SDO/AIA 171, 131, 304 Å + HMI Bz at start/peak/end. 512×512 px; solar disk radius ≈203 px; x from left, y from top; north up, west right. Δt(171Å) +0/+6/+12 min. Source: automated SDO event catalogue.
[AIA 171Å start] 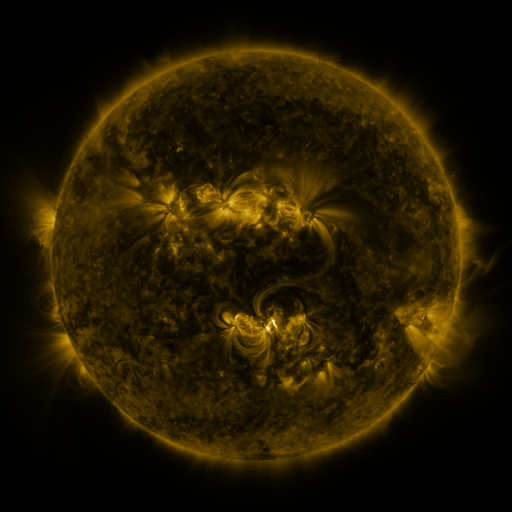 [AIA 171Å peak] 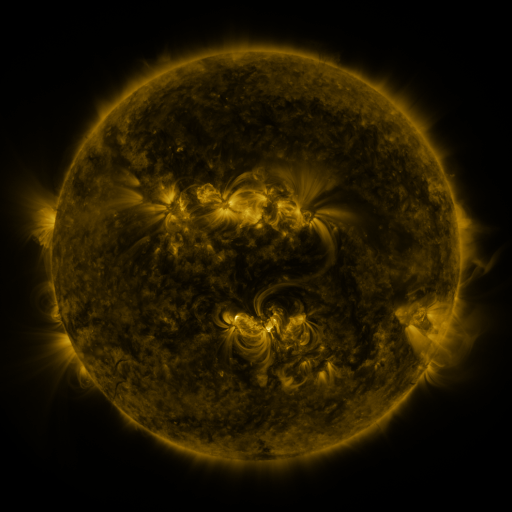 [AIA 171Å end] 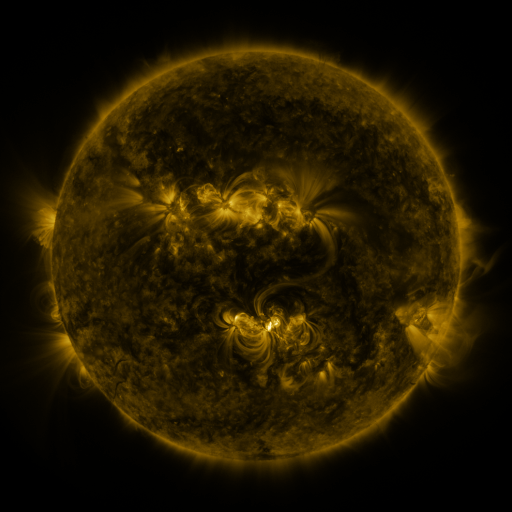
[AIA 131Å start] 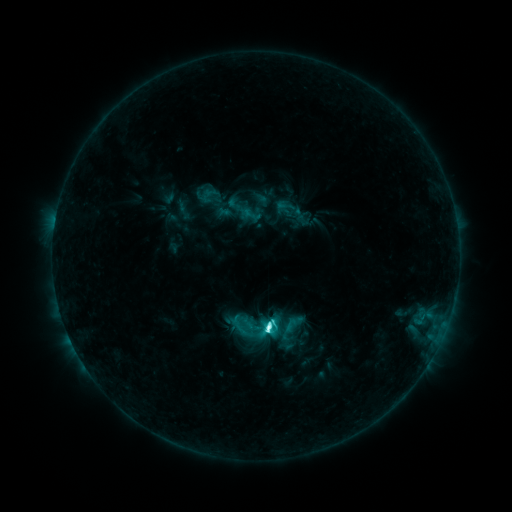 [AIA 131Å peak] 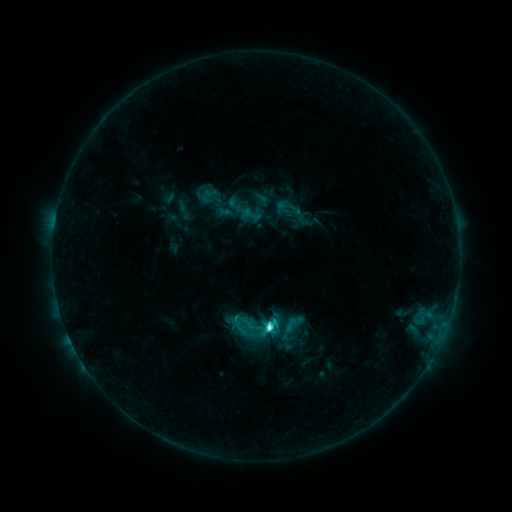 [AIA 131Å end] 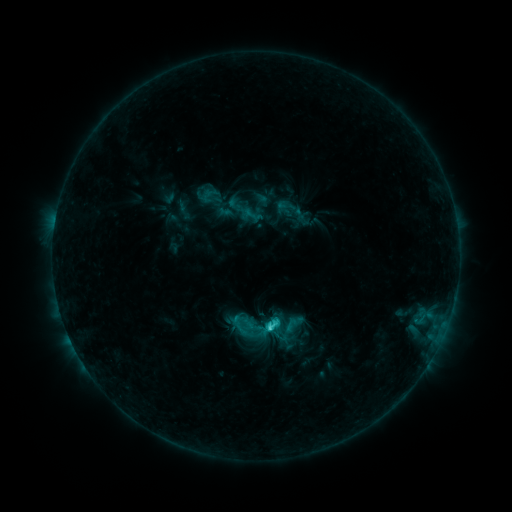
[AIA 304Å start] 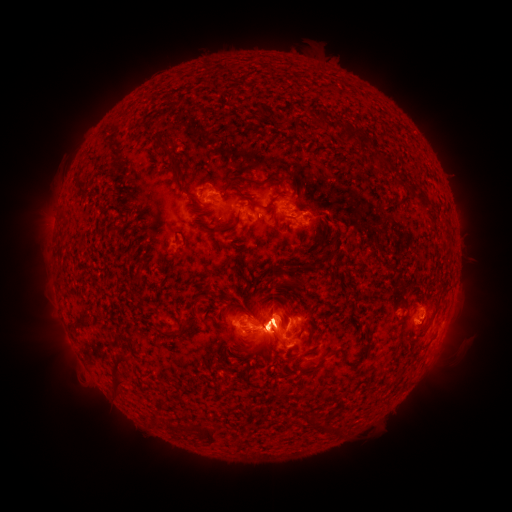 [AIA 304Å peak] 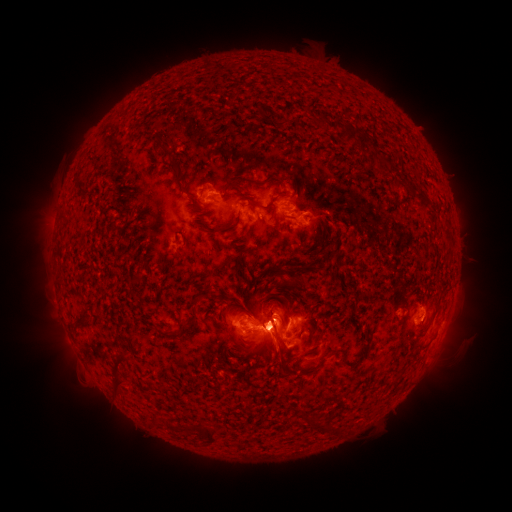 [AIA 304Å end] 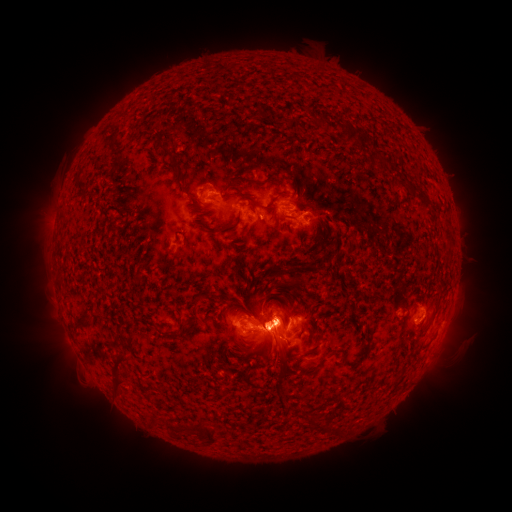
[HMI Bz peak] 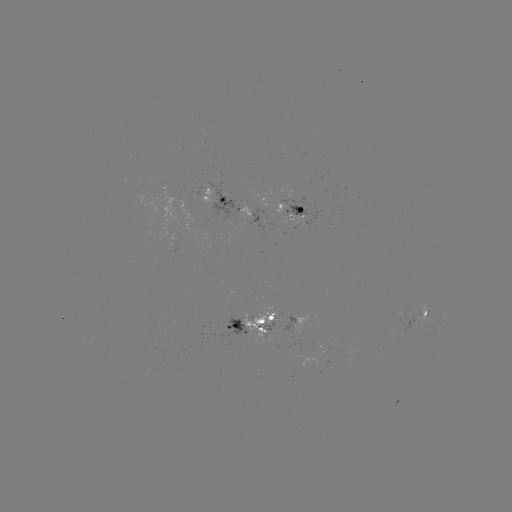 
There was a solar eruption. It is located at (453, 322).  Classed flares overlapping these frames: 1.